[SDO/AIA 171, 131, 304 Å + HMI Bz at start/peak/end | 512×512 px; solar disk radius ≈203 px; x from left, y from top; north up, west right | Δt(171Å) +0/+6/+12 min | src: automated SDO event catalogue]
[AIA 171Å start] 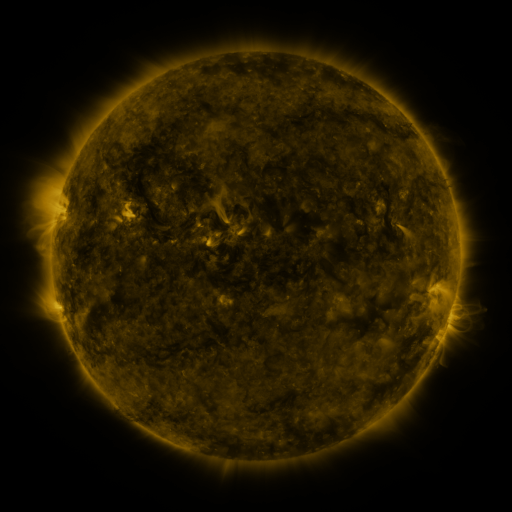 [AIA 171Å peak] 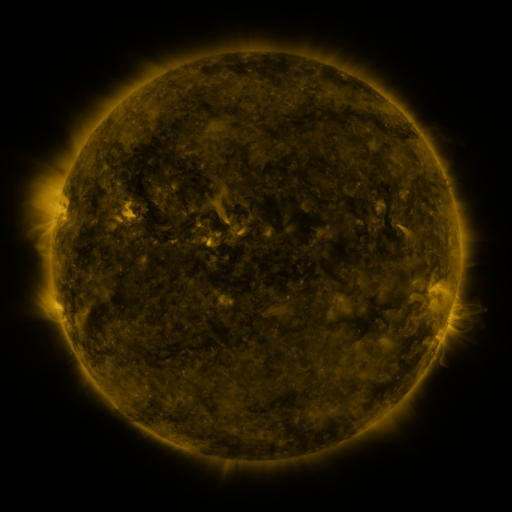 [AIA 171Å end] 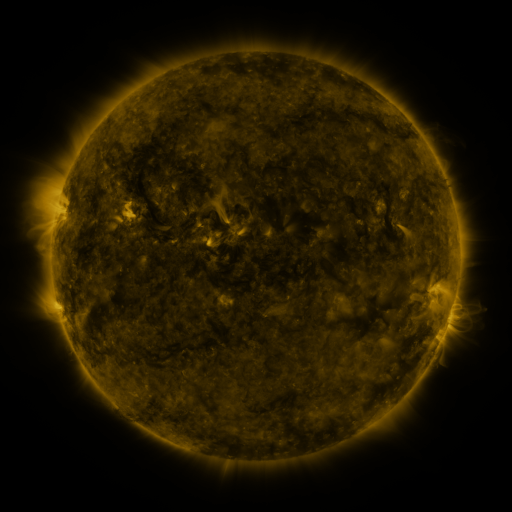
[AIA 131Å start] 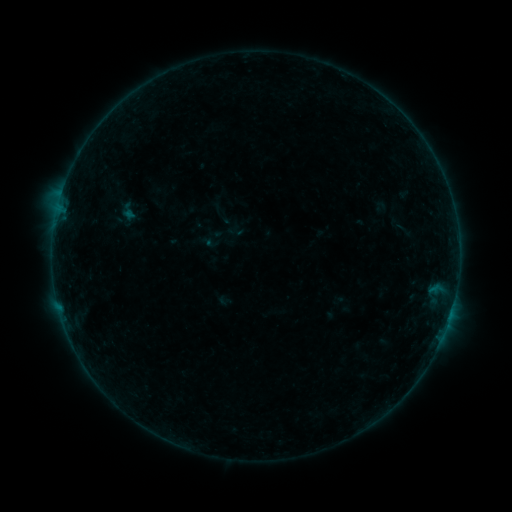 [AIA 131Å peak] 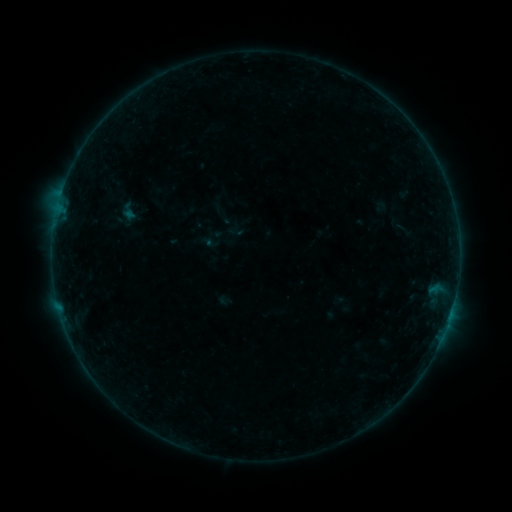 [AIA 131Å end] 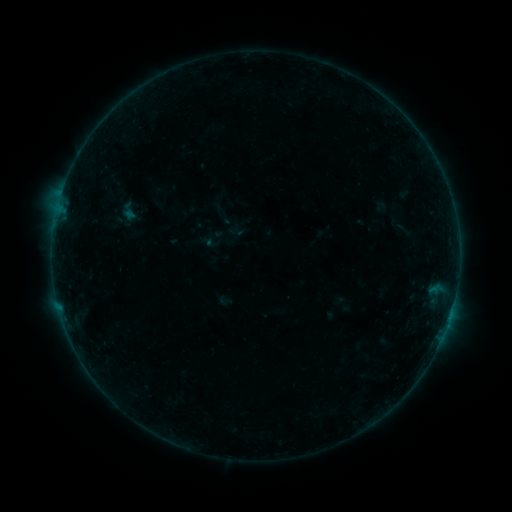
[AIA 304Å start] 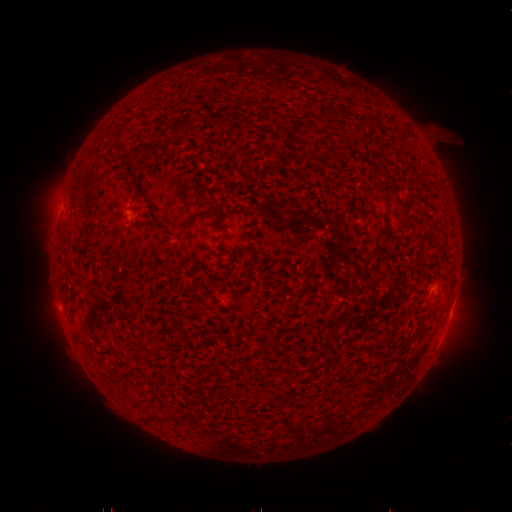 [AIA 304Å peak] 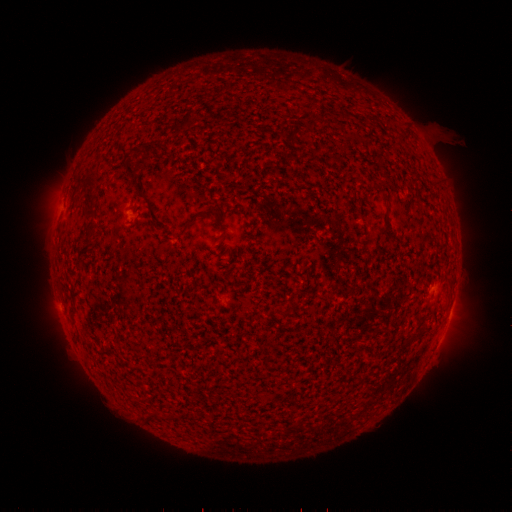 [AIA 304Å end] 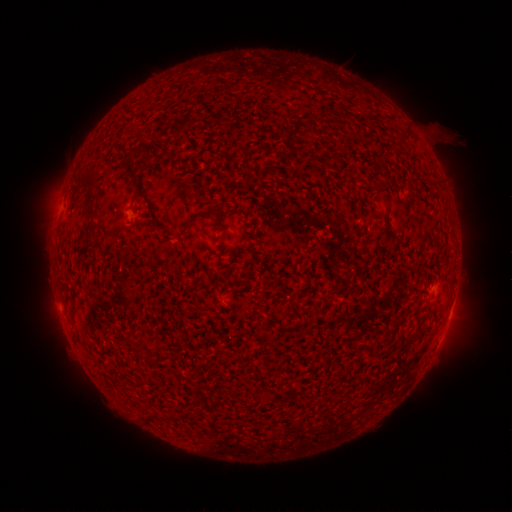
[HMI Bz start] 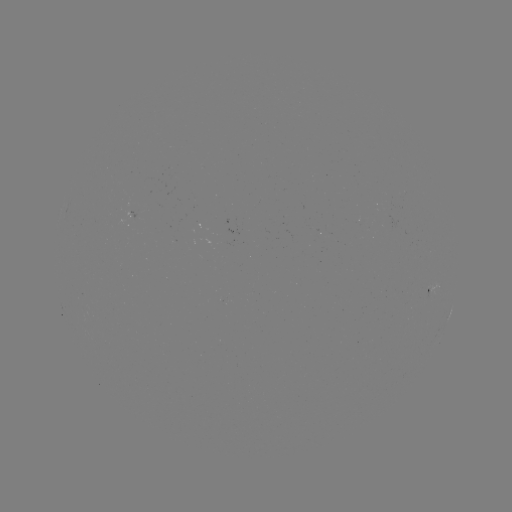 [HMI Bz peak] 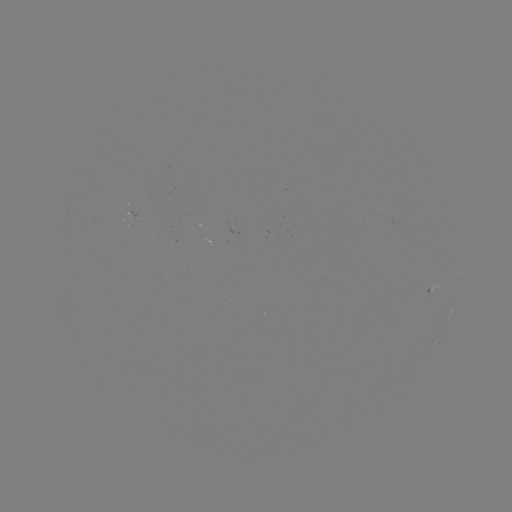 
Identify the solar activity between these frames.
no classed flare was catalogued and no EUV brightening was flagged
